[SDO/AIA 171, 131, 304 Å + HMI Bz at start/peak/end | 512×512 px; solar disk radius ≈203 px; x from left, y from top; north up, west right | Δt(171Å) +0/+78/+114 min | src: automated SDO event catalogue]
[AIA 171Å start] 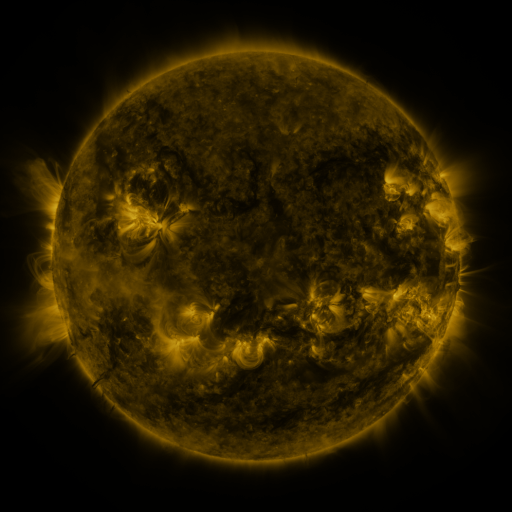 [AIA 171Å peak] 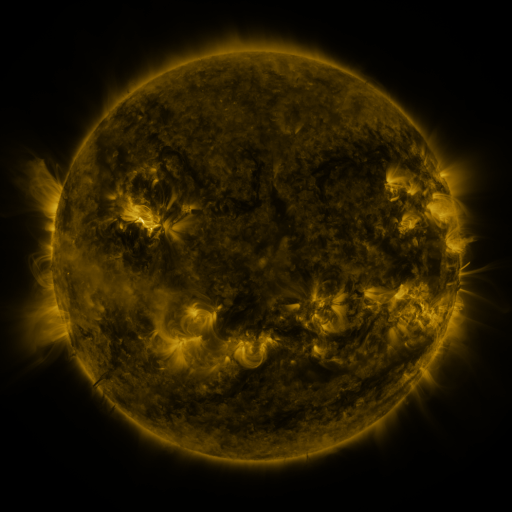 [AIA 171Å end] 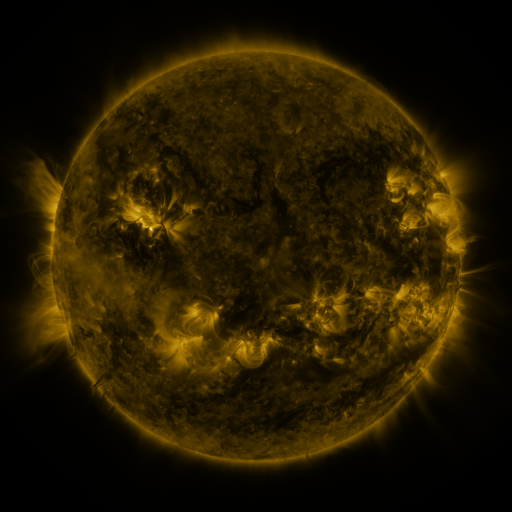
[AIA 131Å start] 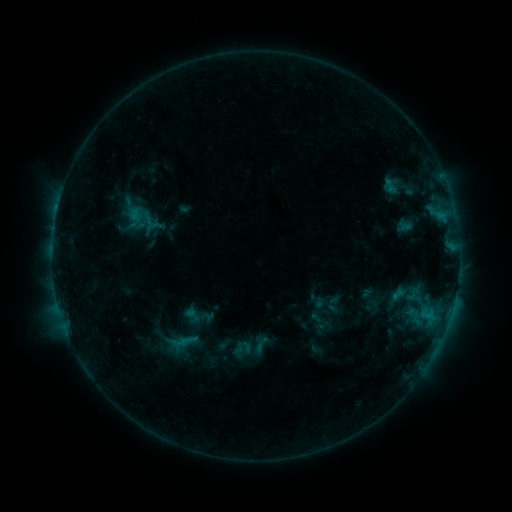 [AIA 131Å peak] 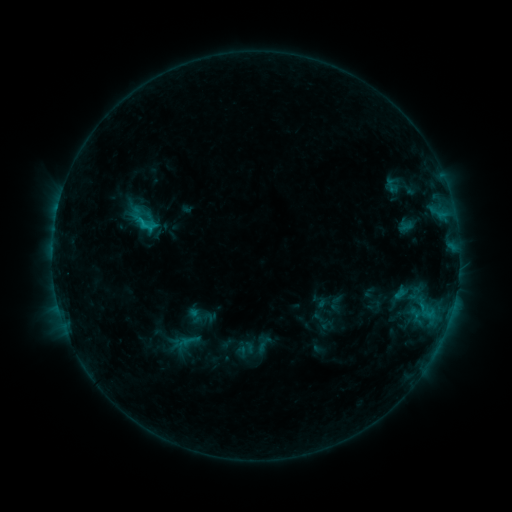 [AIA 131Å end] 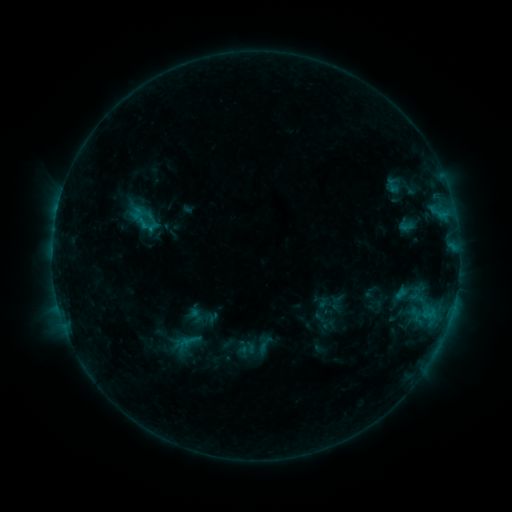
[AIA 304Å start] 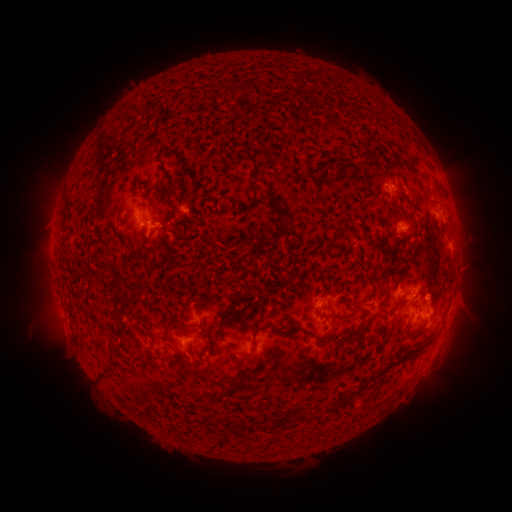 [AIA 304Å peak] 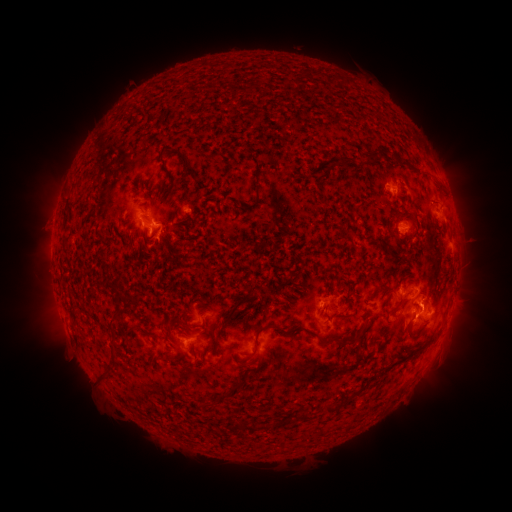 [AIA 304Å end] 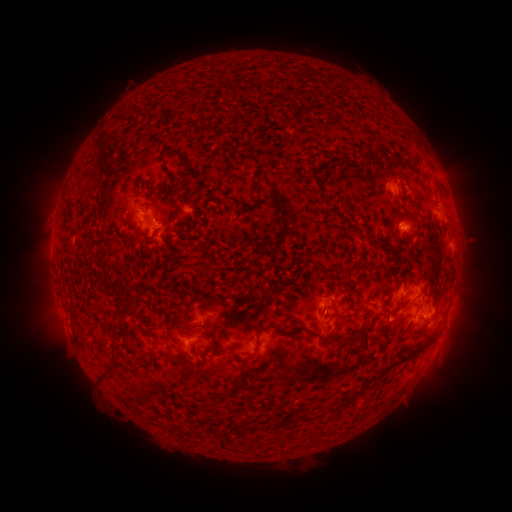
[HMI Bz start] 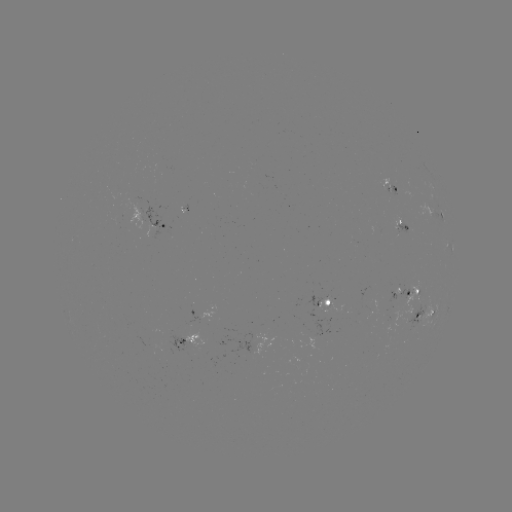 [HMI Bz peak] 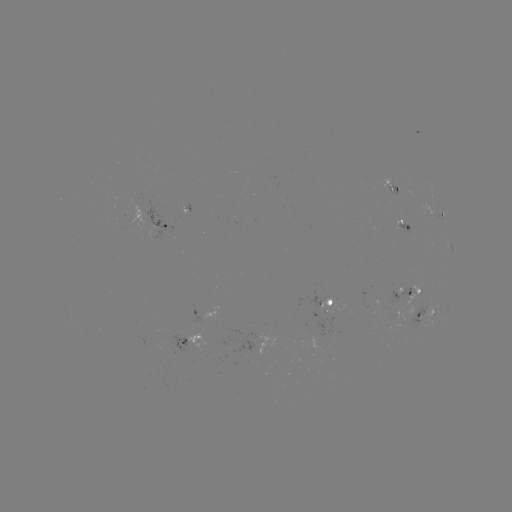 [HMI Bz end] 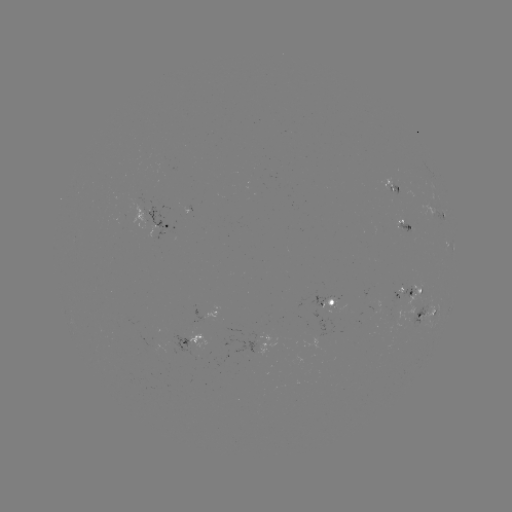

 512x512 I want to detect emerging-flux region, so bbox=[155, 343, 176, 354].